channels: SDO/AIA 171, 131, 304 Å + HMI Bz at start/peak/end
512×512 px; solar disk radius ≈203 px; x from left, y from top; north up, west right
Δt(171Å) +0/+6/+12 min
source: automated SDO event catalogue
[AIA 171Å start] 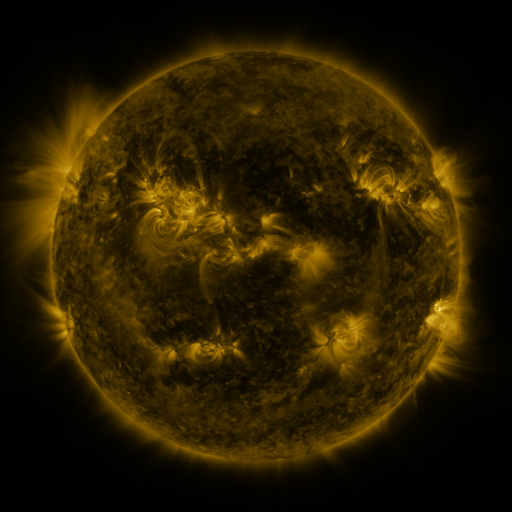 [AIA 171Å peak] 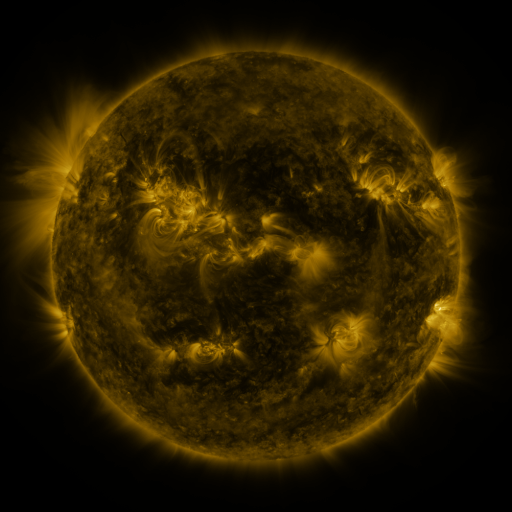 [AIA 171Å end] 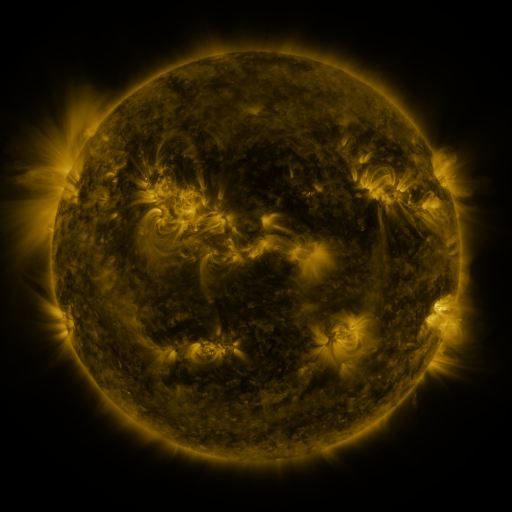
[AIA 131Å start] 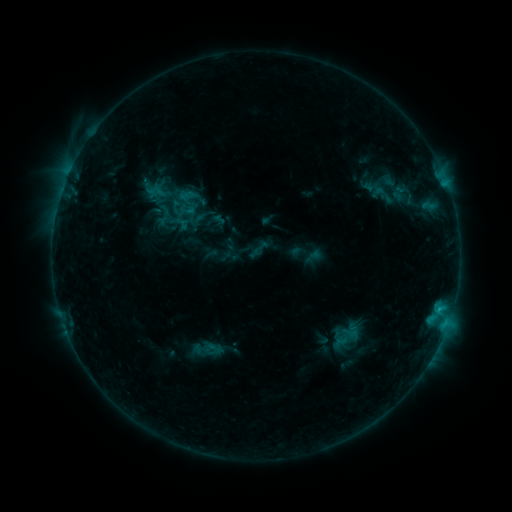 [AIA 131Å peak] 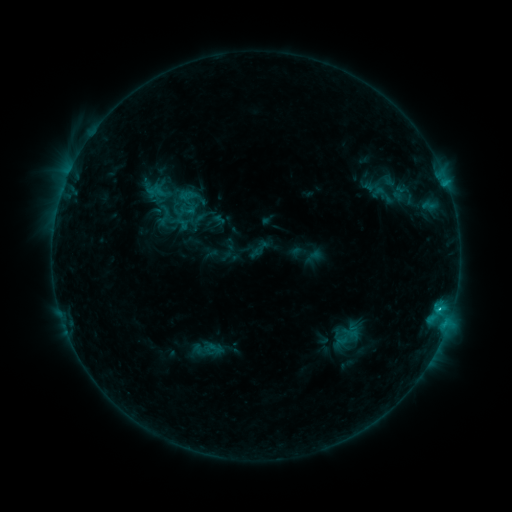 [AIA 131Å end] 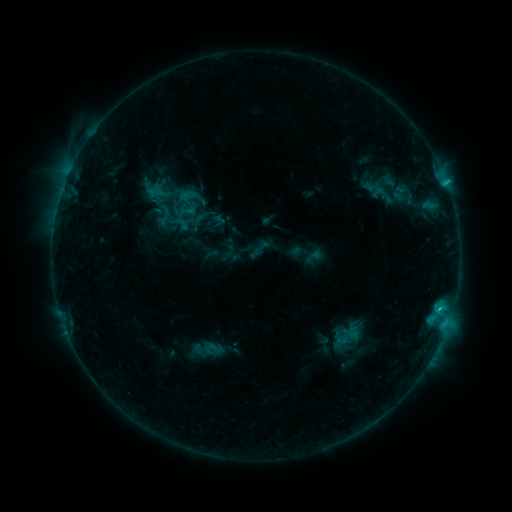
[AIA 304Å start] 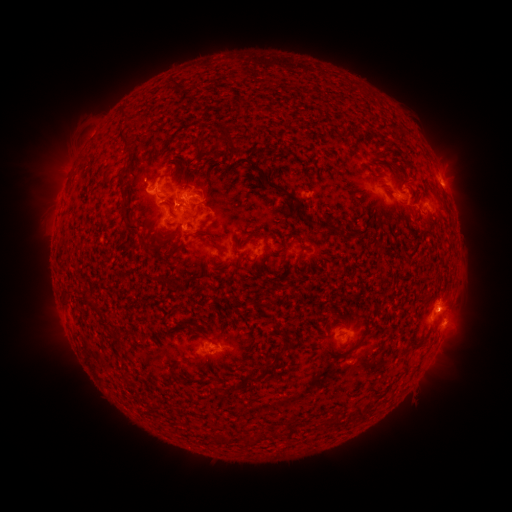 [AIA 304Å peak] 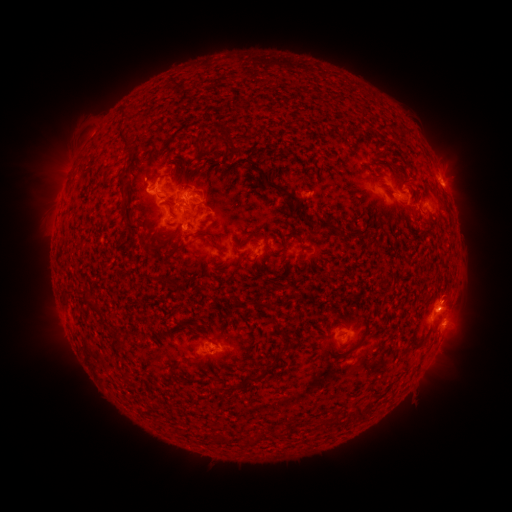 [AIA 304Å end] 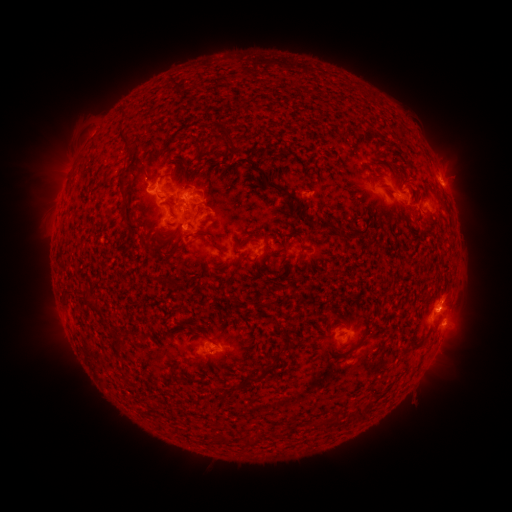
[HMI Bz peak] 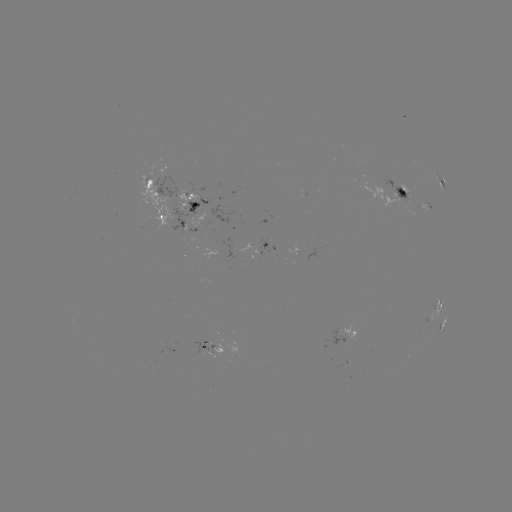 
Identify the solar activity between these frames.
C1.4 flare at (439, 307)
